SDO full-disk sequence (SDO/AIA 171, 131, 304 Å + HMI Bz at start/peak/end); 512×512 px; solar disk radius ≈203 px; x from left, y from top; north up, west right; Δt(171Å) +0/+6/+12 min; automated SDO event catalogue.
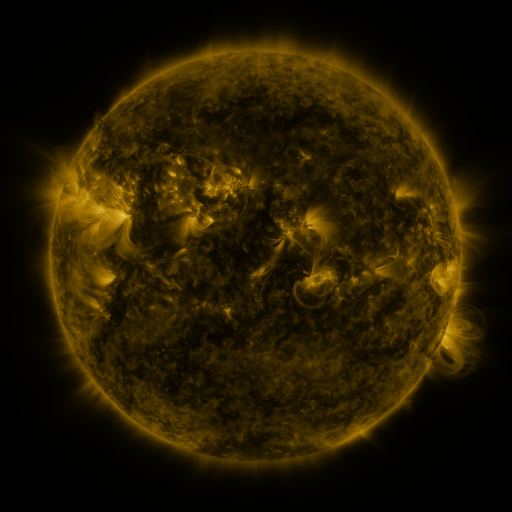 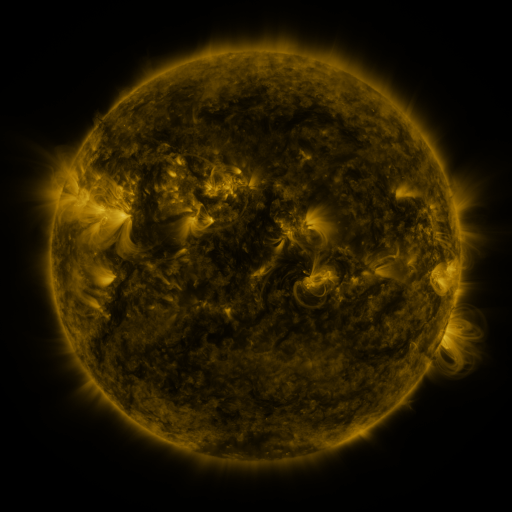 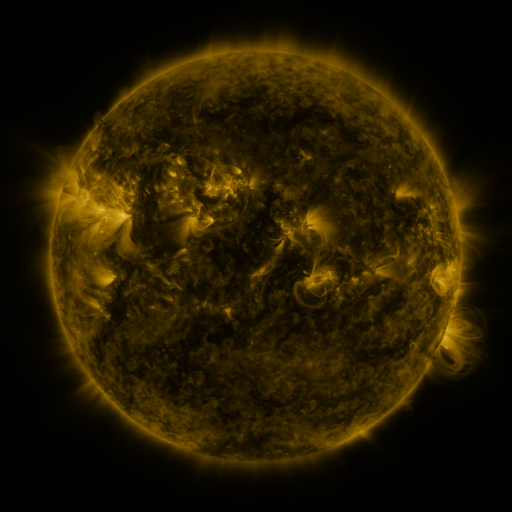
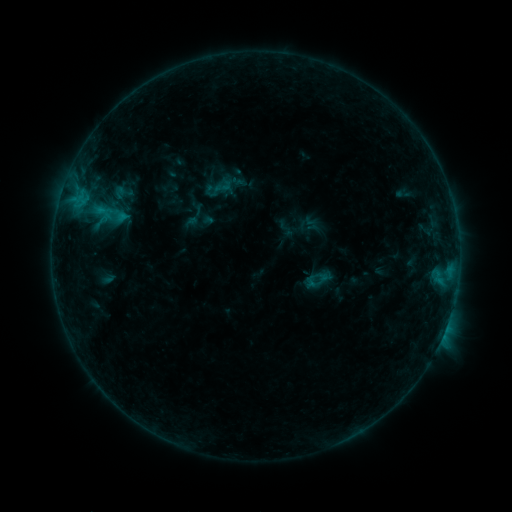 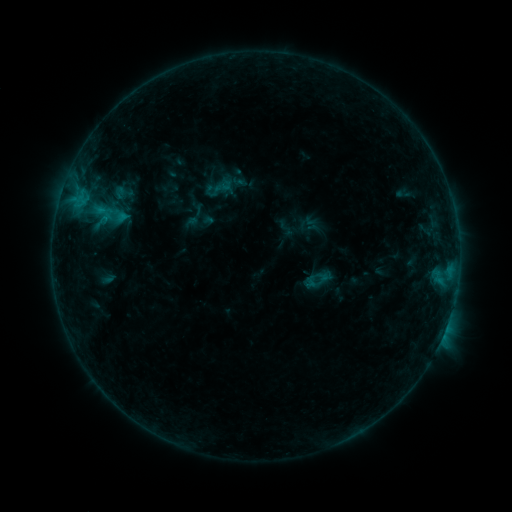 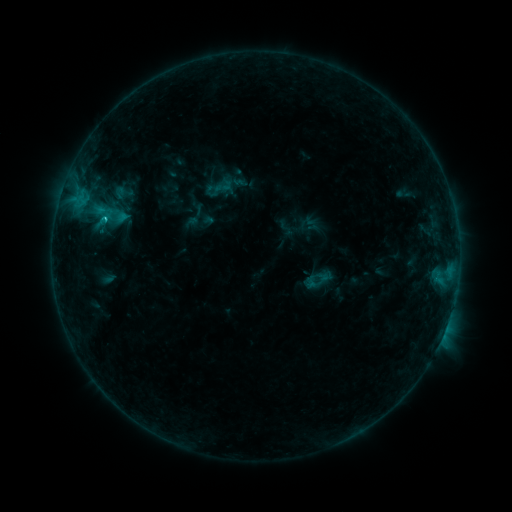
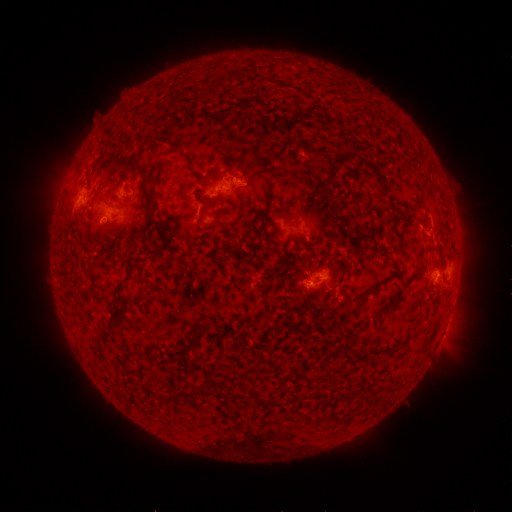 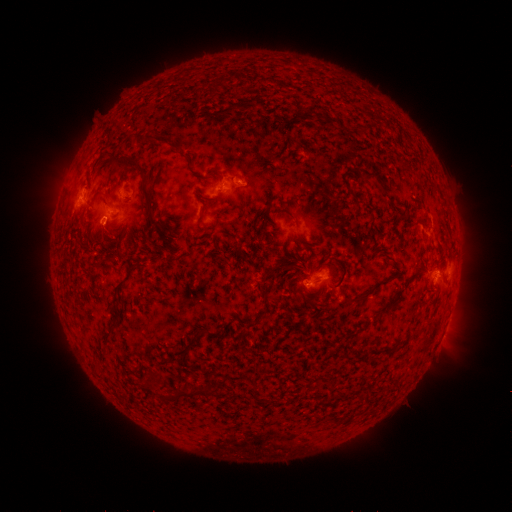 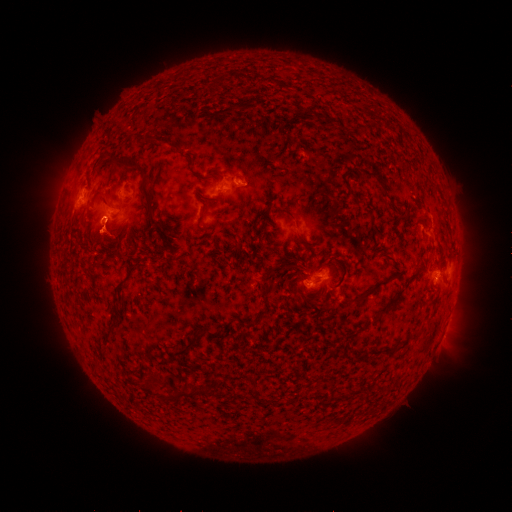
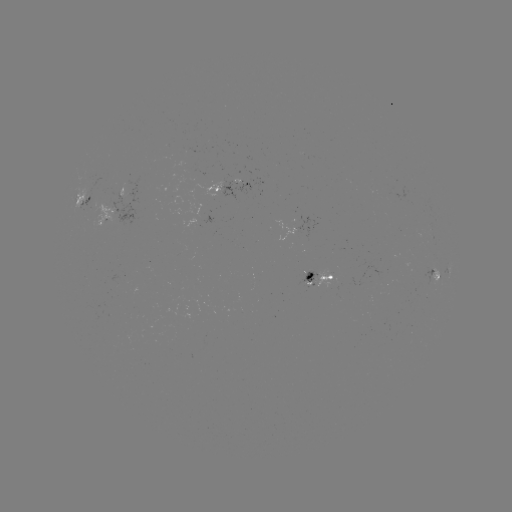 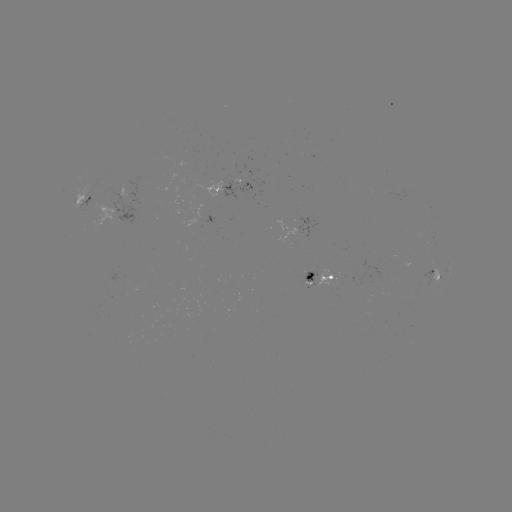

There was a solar eruption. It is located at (102, 236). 